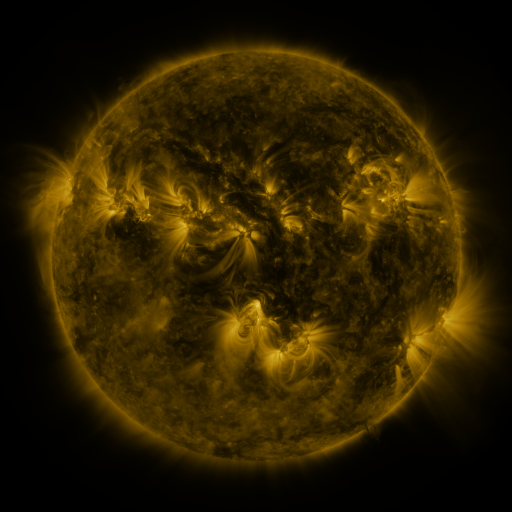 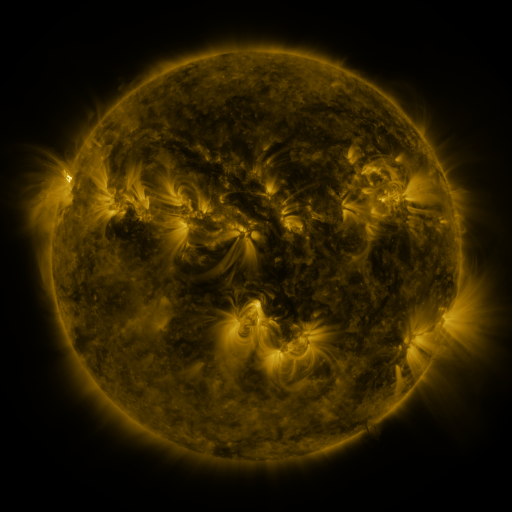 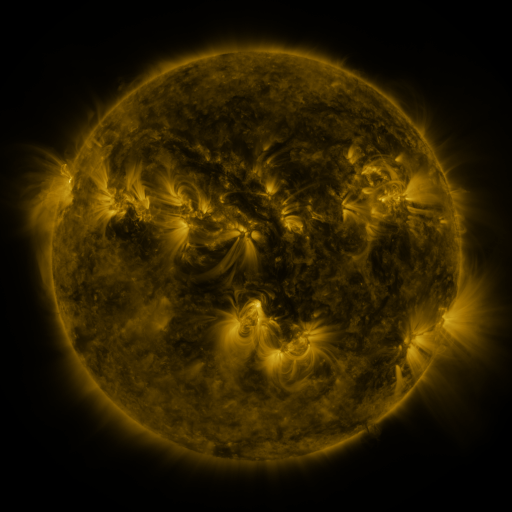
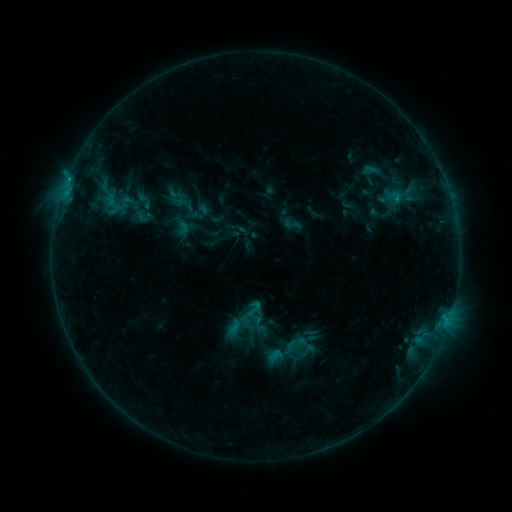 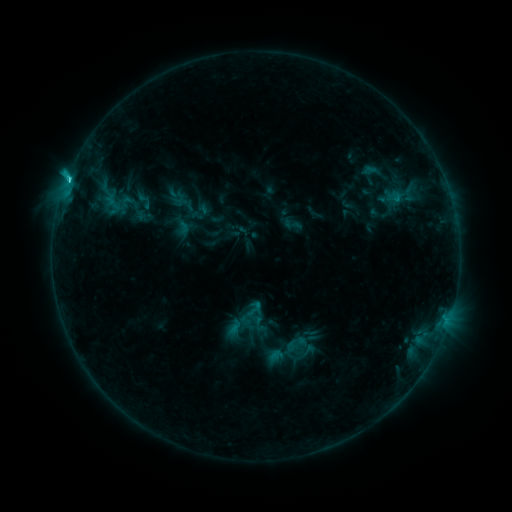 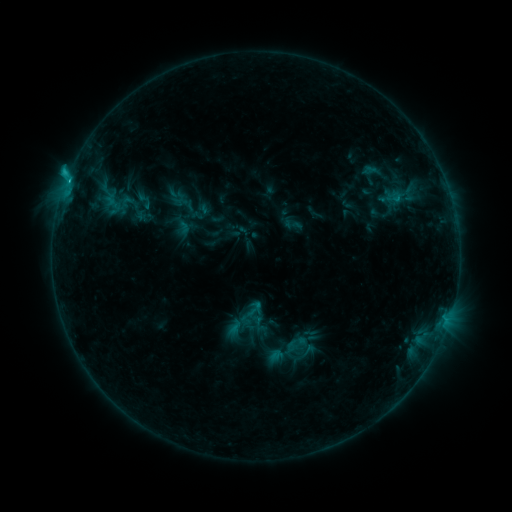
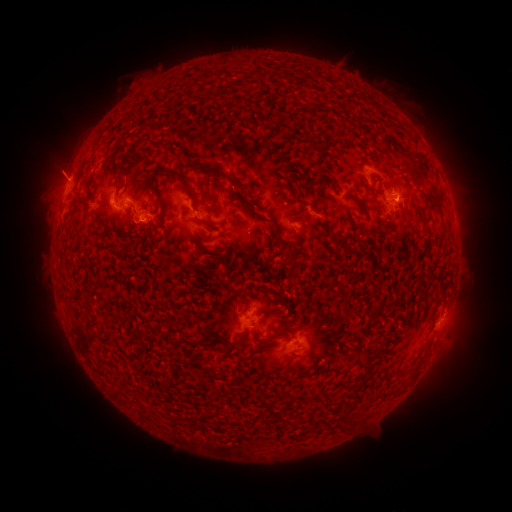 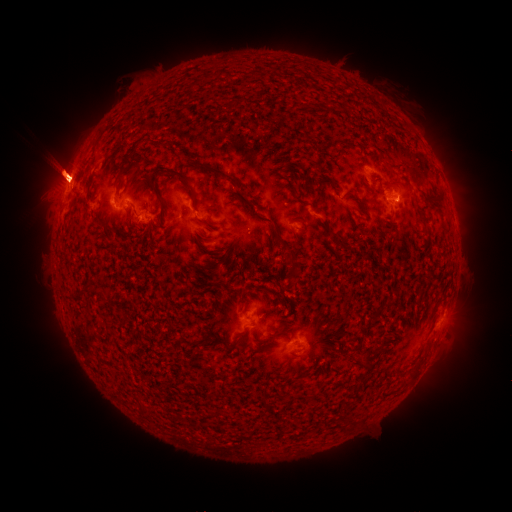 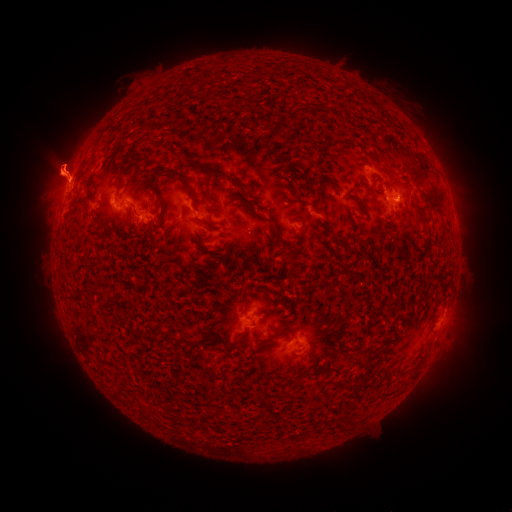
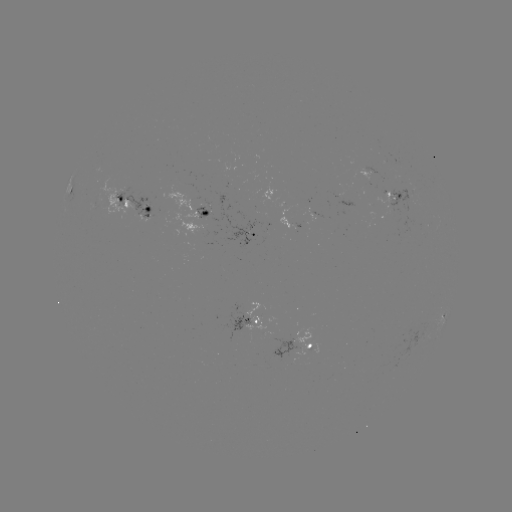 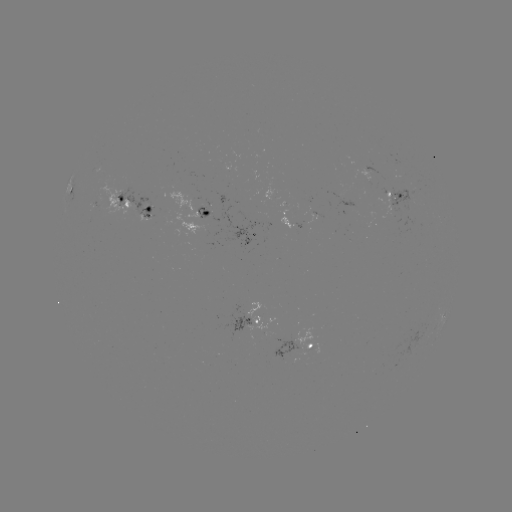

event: flare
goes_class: C2.3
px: (69, 180)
